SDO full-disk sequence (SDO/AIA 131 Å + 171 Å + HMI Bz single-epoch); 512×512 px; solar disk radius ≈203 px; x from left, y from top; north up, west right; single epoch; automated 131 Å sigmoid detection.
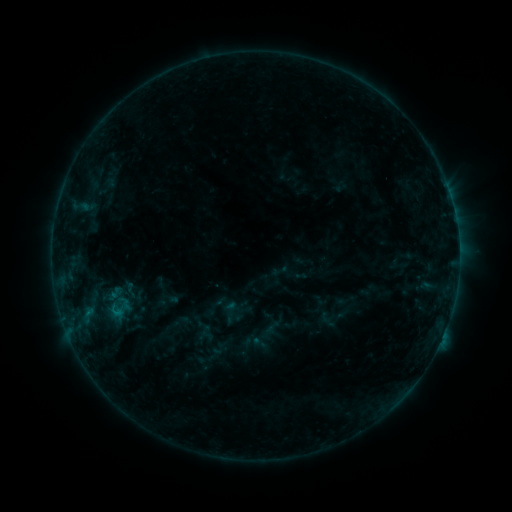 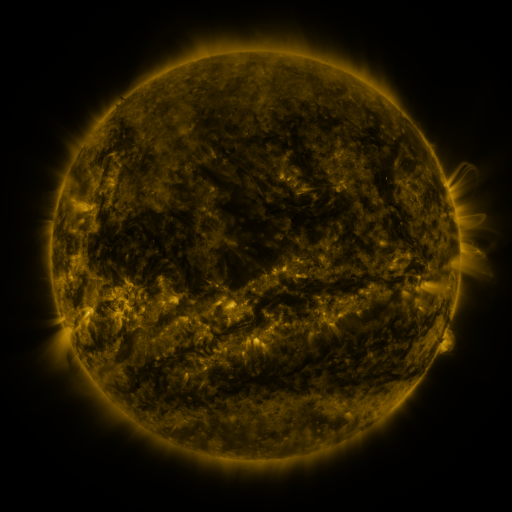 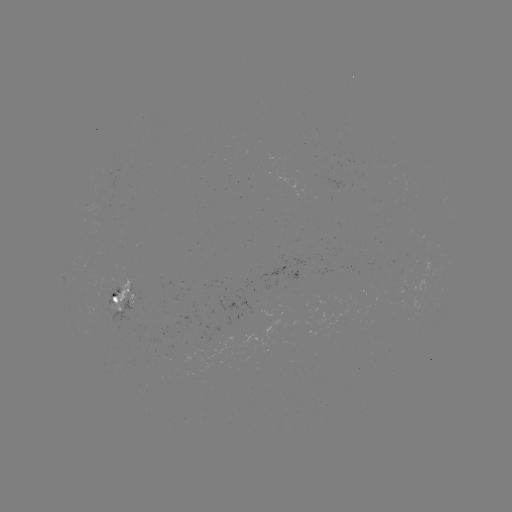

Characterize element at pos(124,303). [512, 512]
sigmoid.